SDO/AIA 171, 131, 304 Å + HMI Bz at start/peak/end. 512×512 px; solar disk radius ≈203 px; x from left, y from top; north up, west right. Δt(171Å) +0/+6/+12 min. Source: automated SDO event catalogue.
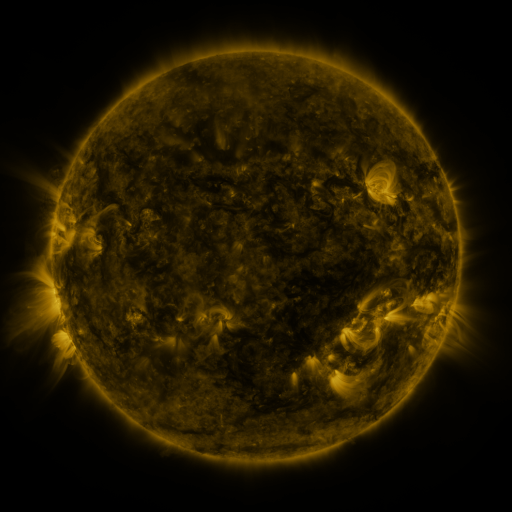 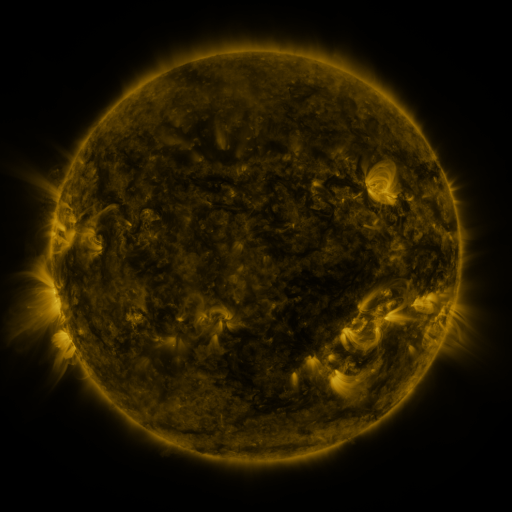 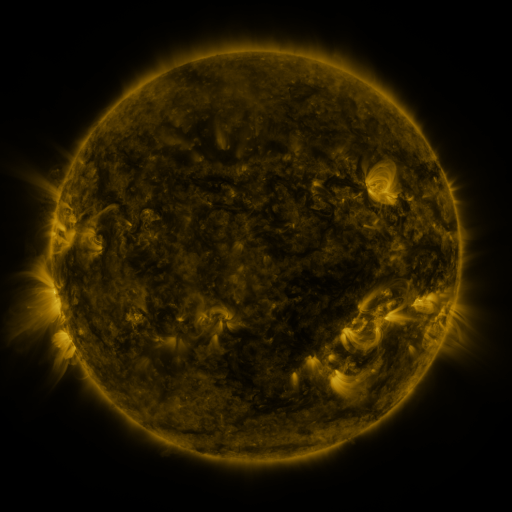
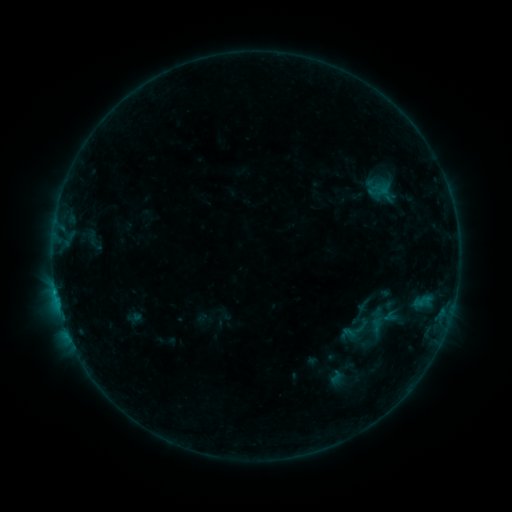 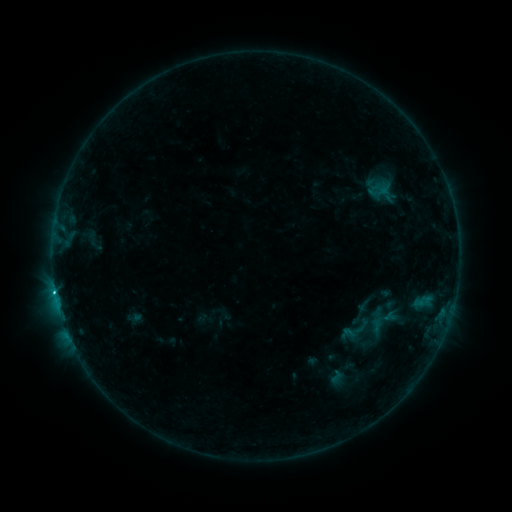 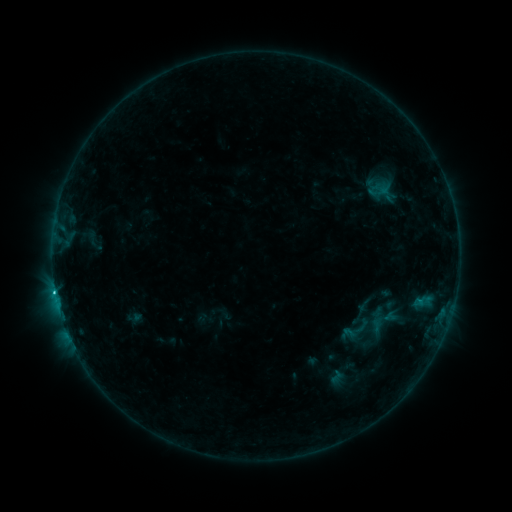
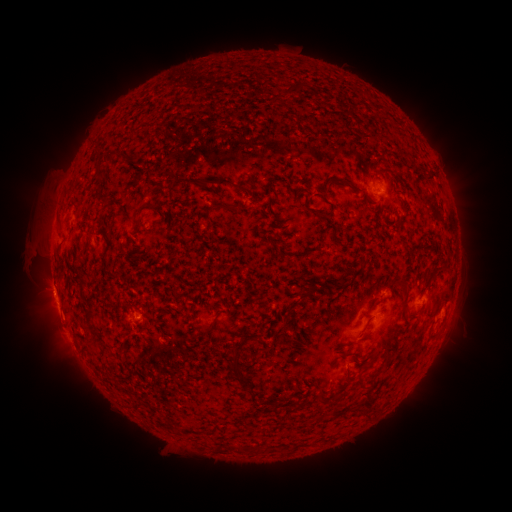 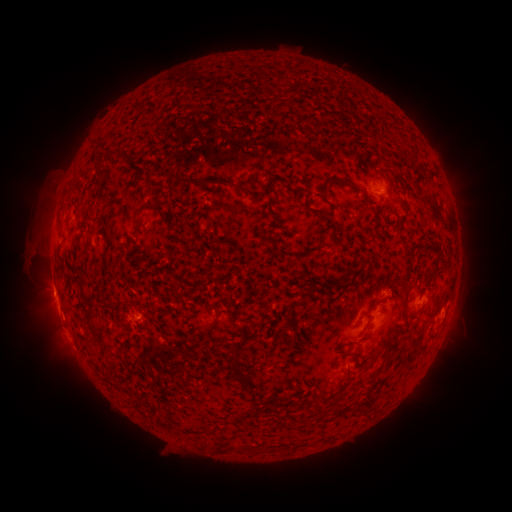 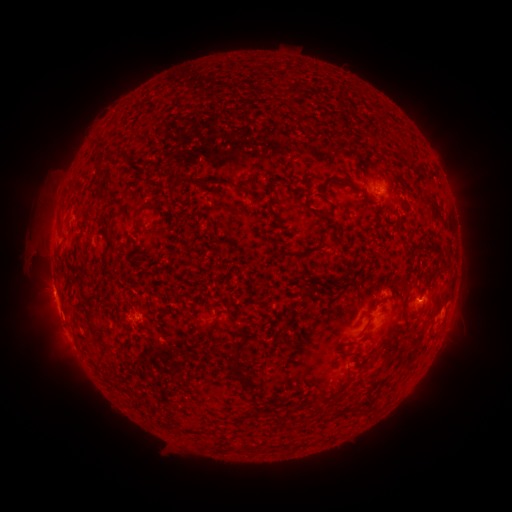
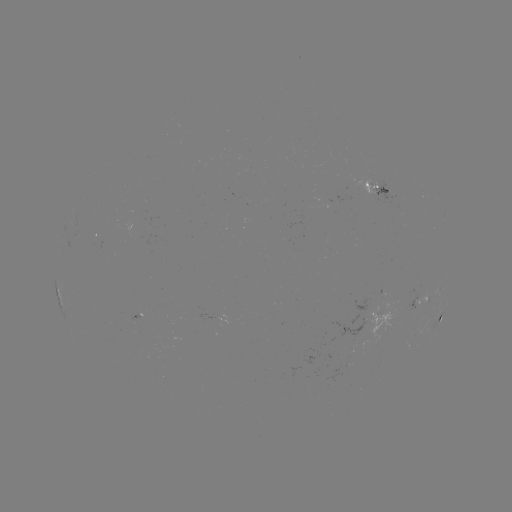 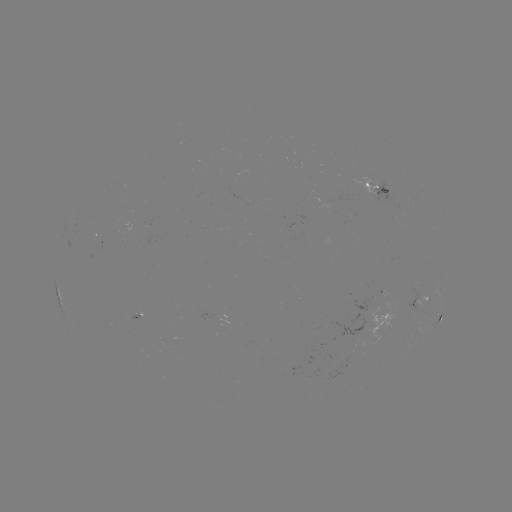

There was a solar flare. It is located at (55, 291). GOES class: B9.7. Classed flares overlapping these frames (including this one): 1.